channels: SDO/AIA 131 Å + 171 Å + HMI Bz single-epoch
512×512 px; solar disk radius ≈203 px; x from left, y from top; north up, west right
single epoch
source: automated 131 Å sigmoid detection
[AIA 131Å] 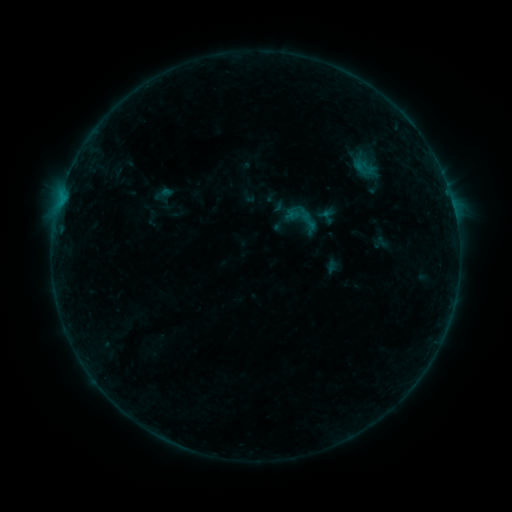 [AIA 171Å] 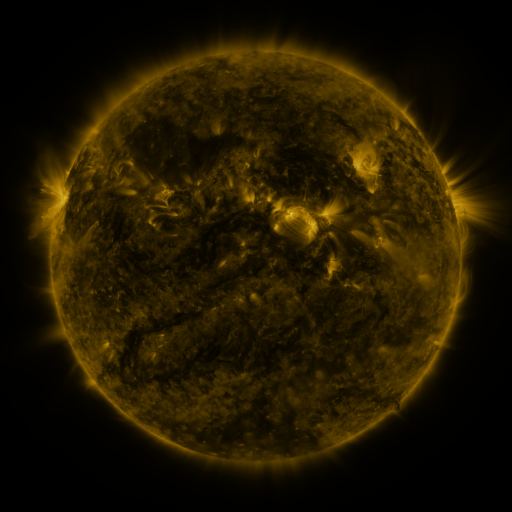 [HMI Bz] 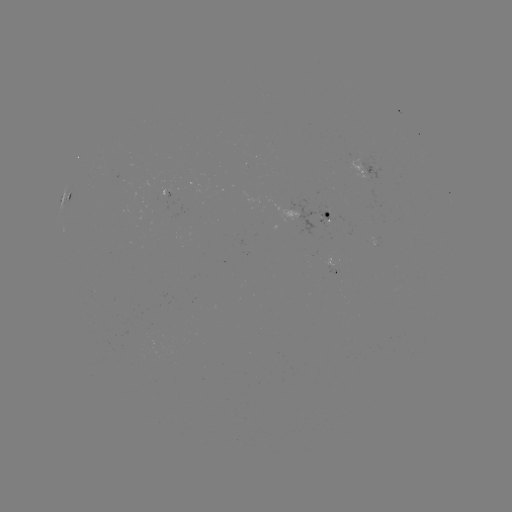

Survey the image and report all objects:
sigmoid: (280, 196, 323, 241)
